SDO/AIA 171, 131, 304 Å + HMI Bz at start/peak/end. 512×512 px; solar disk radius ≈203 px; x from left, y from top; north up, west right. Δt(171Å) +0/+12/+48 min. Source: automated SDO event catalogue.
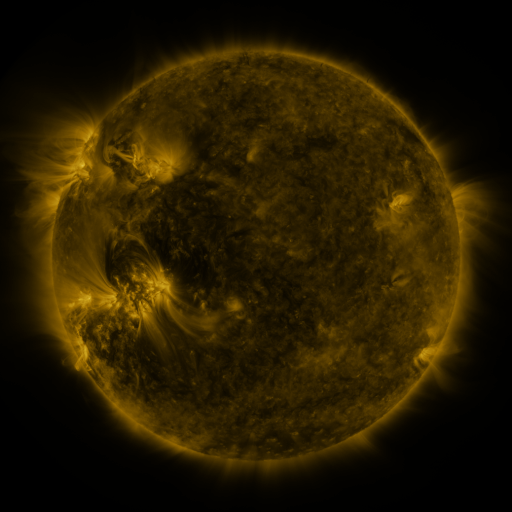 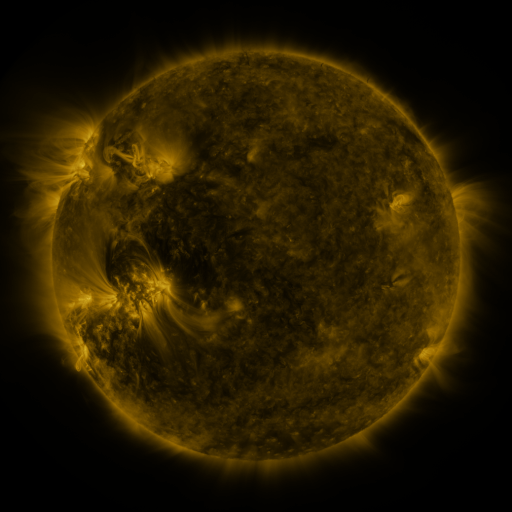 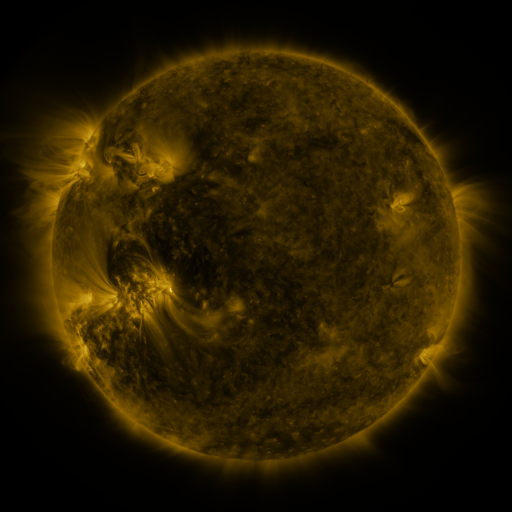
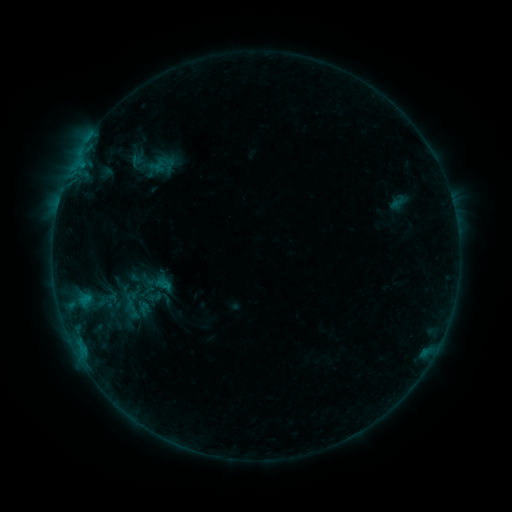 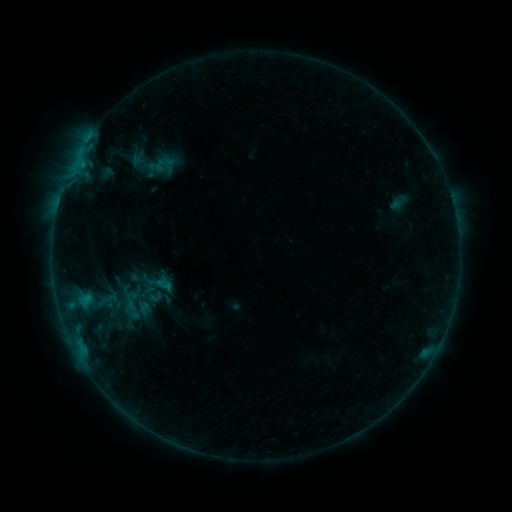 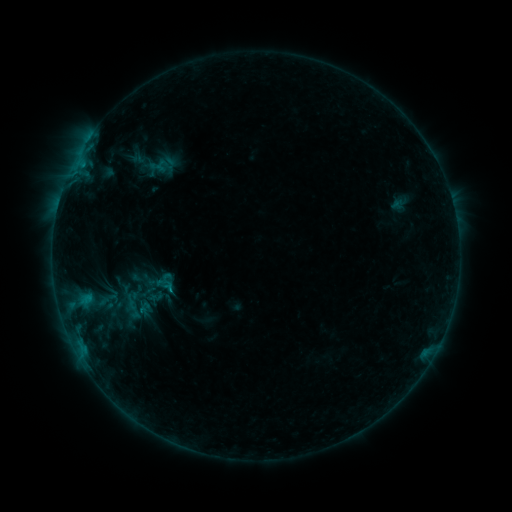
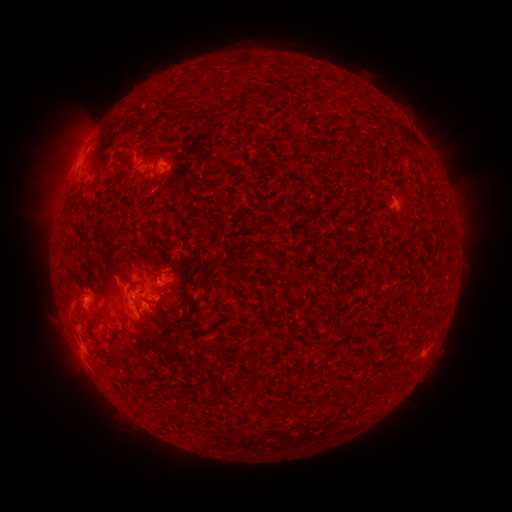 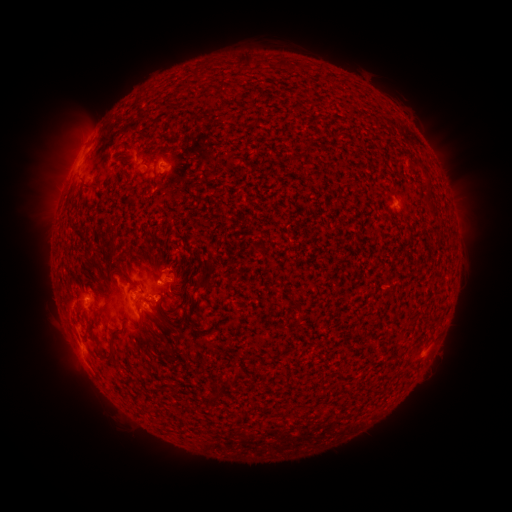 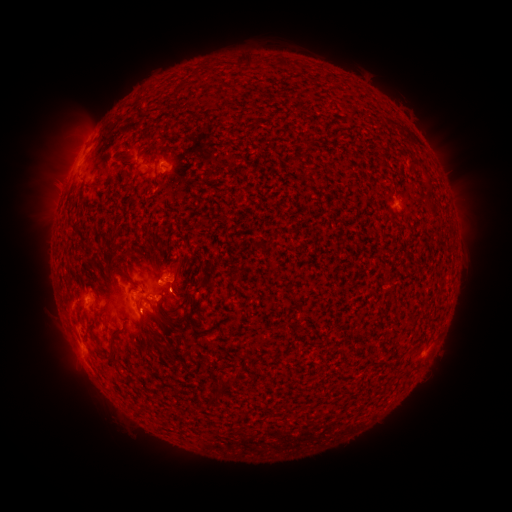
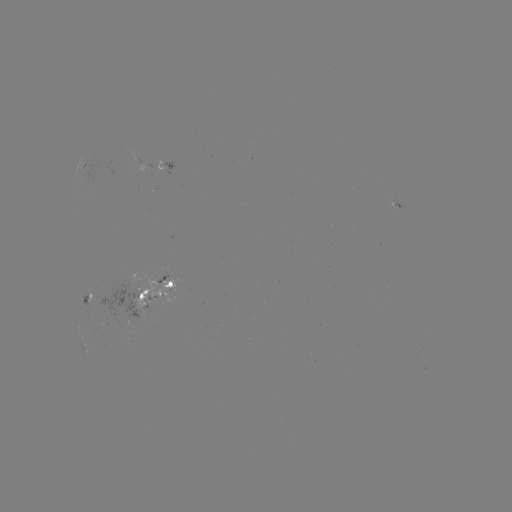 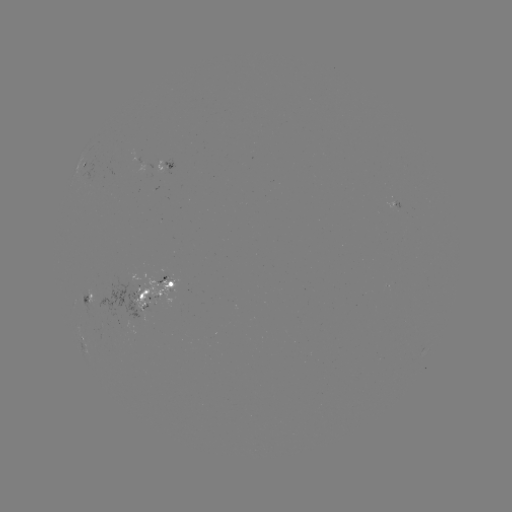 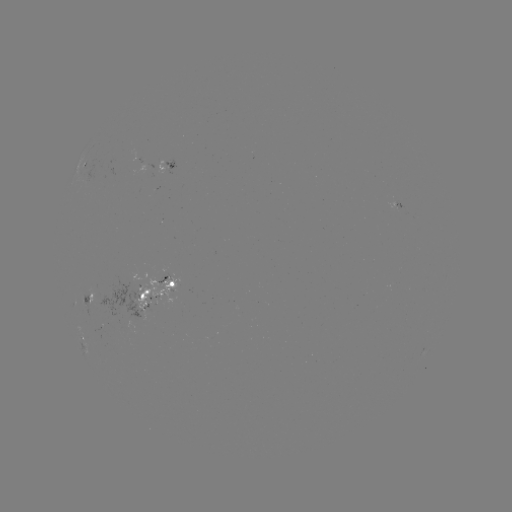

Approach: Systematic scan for emerging-flux region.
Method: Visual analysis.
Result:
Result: emerging-flux region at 137,281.